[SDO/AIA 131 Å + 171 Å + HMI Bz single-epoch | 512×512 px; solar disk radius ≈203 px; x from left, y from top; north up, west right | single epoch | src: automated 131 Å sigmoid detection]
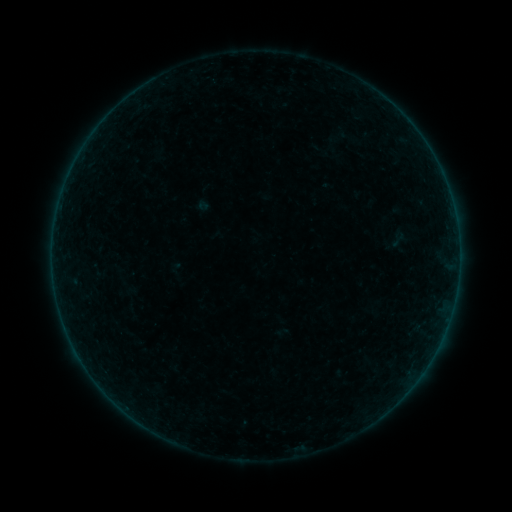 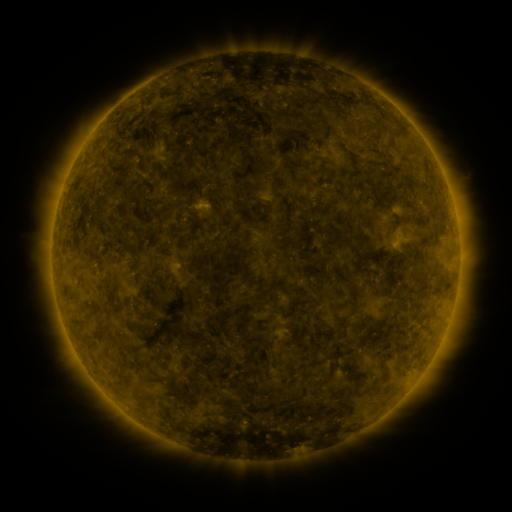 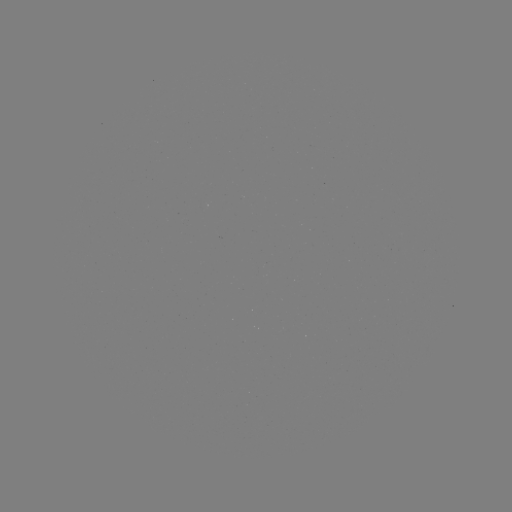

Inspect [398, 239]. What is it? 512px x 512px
sigmoid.